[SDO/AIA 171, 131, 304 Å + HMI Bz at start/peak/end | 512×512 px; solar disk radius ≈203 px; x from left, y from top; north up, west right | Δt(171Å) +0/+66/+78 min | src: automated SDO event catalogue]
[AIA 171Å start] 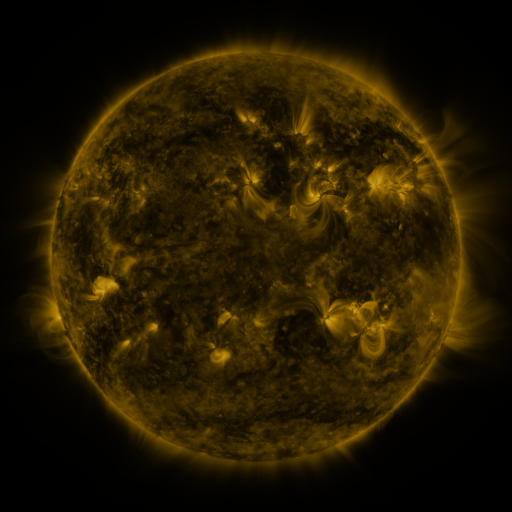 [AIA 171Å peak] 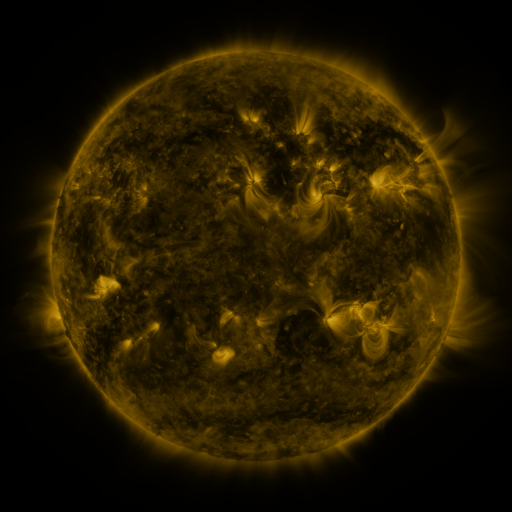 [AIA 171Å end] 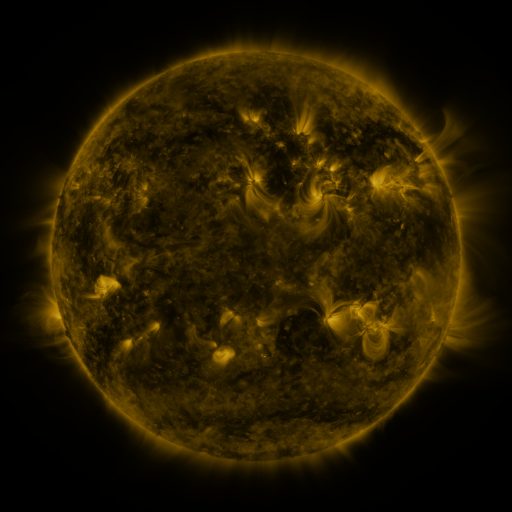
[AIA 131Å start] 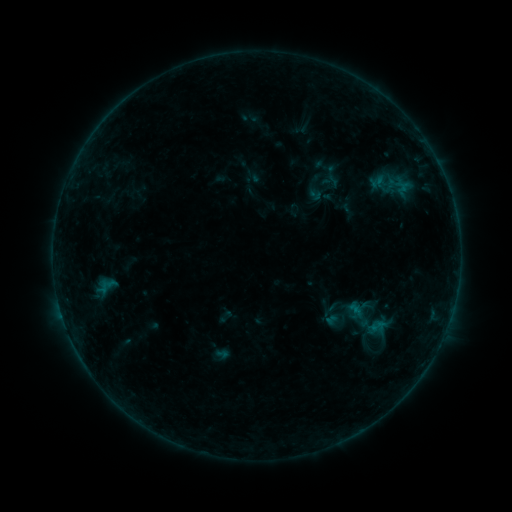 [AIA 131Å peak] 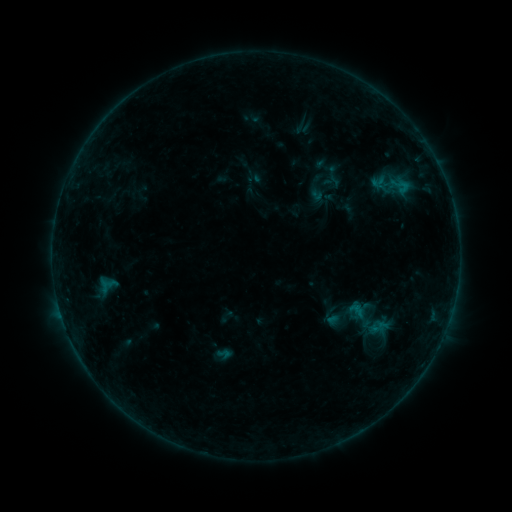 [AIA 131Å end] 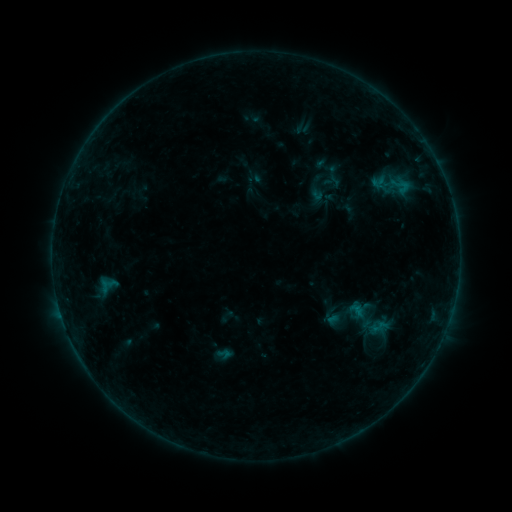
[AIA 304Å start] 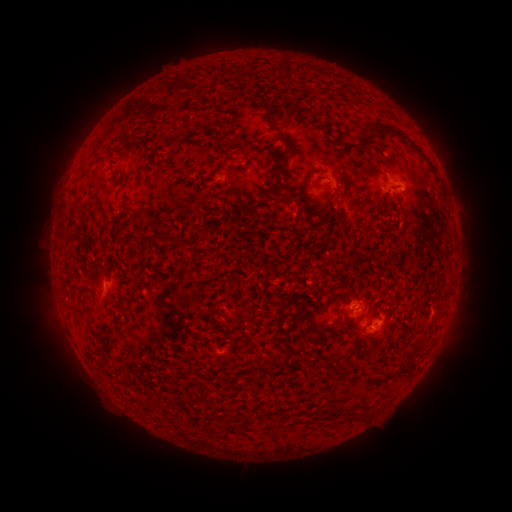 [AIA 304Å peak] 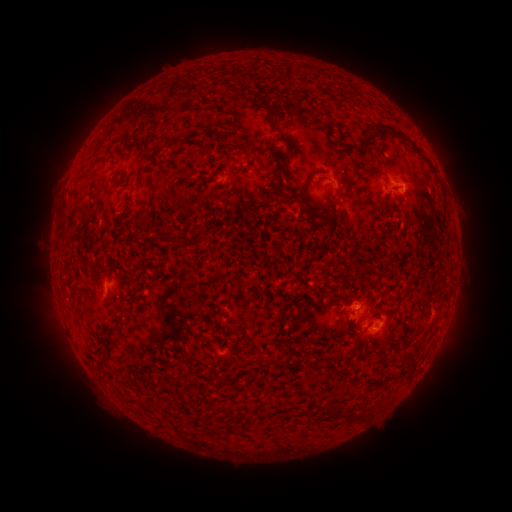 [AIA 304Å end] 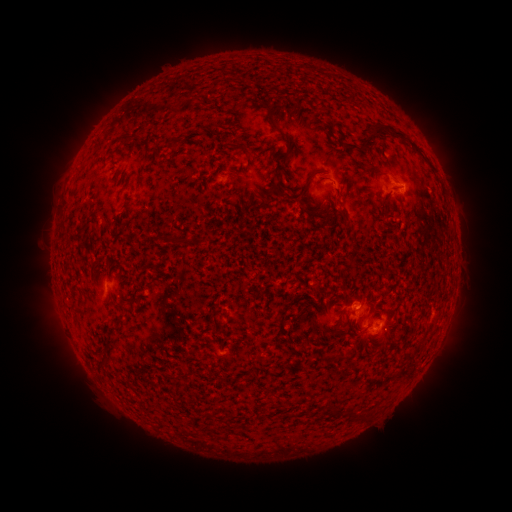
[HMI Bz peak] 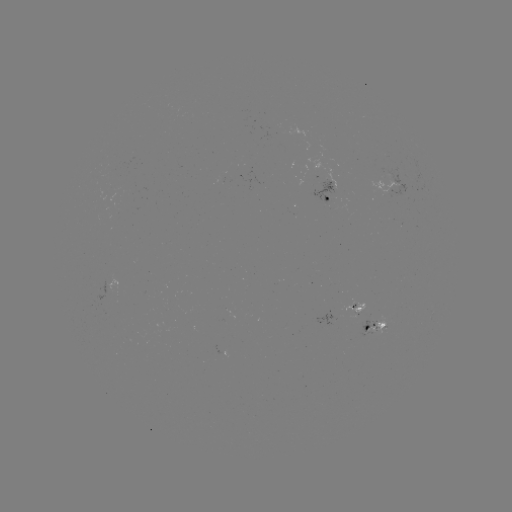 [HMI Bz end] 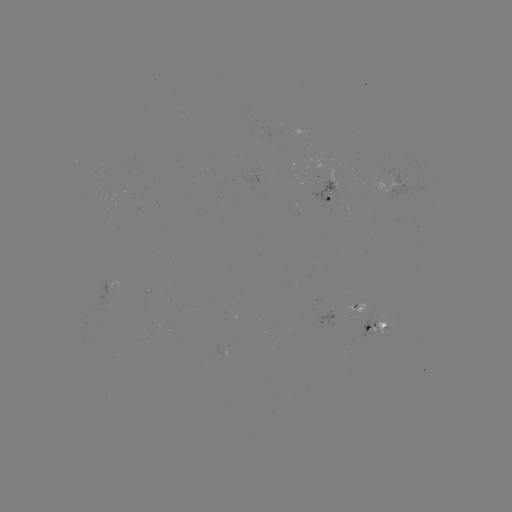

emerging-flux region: (346, 297, 364, 316)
